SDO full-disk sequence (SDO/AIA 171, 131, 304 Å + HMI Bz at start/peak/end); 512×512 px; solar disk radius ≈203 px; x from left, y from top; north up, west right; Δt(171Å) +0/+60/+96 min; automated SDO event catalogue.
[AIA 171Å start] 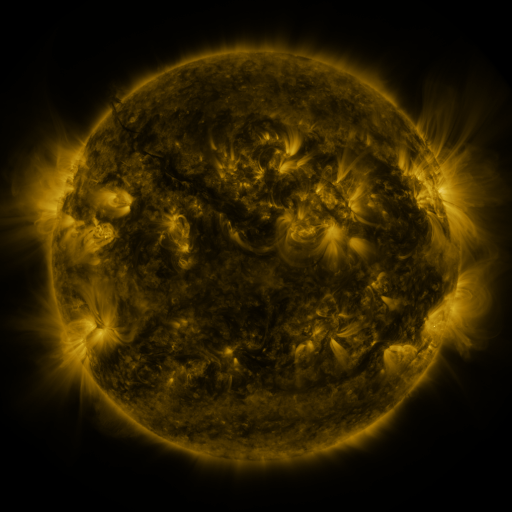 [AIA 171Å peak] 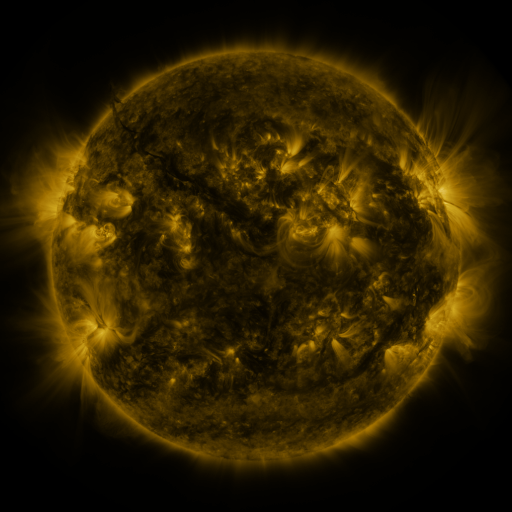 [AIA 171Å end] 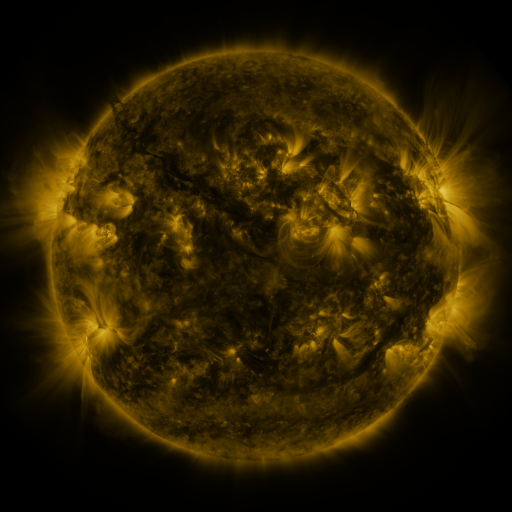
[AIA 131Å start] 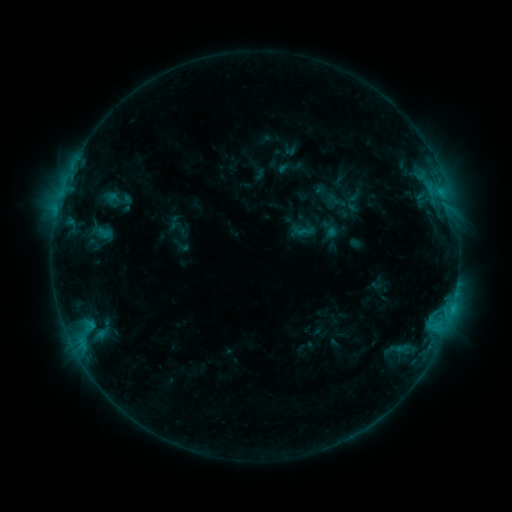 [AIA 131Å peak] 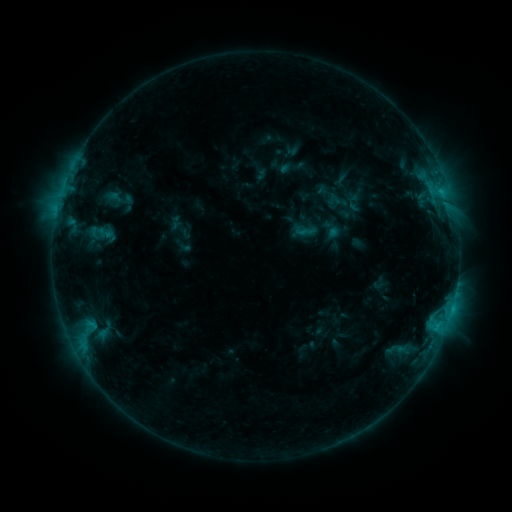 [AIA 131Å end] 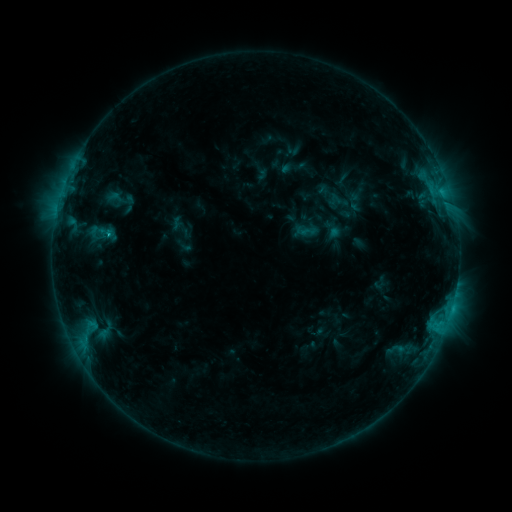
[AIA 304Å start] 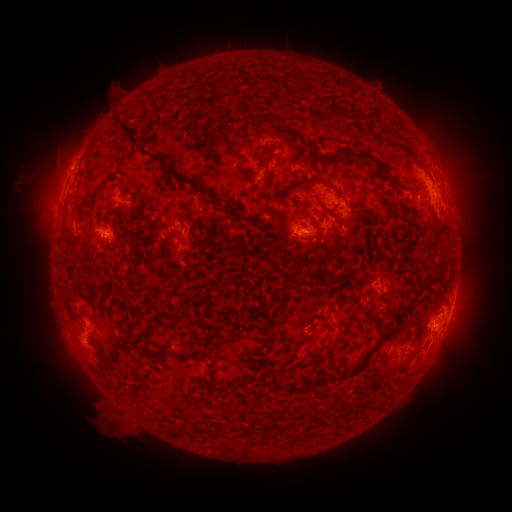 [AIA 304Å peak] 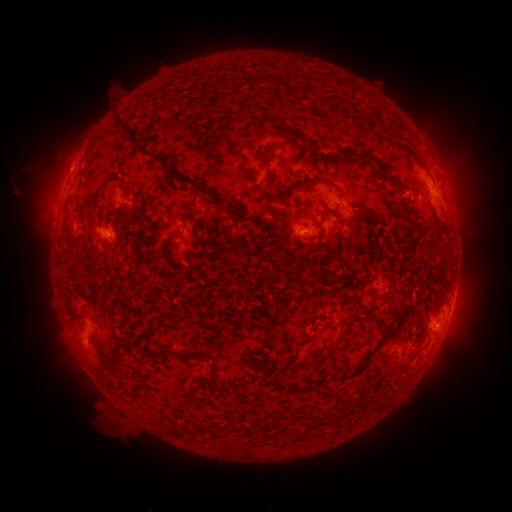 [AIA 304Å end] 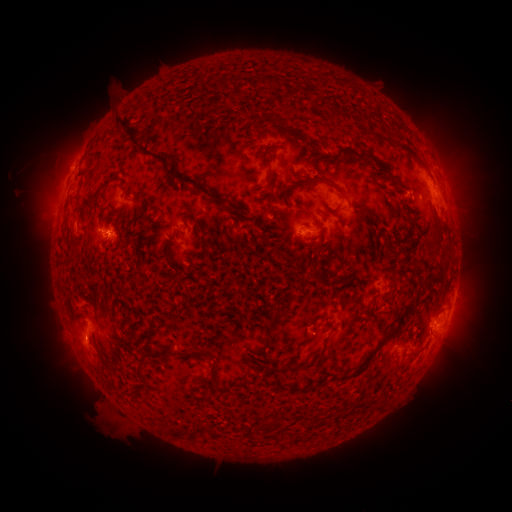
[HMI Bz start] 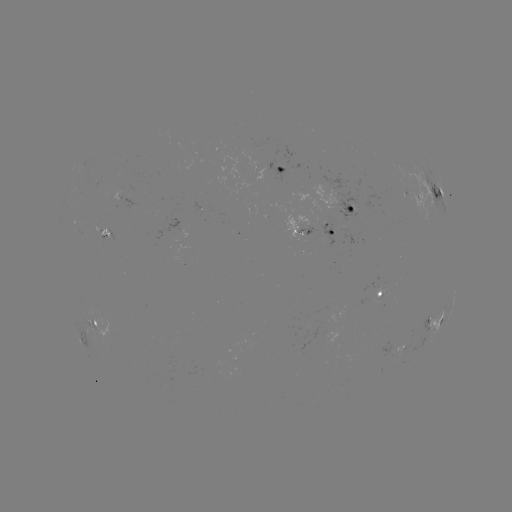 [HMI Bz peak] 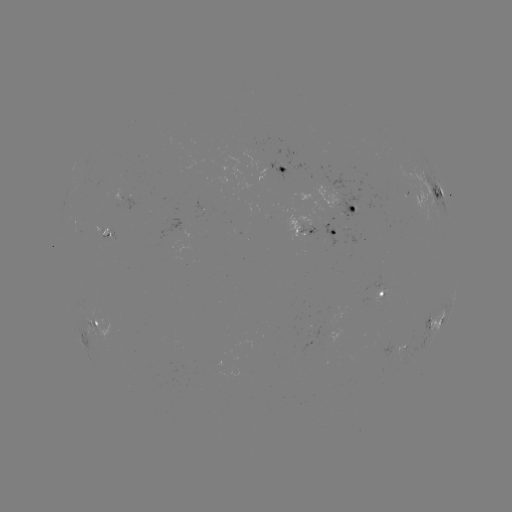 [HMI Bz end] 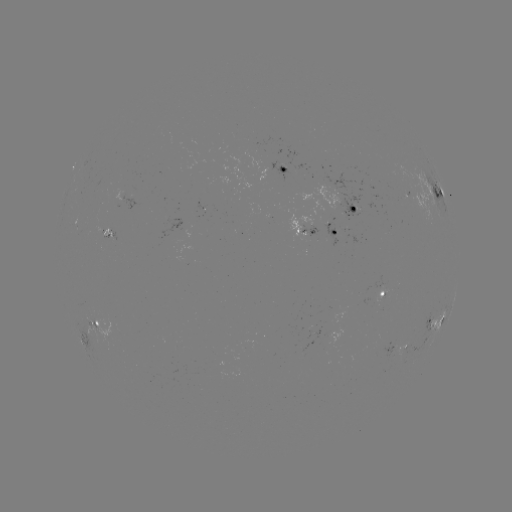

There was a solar emerging-flux region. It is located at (341, 198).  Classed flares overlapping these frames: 1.